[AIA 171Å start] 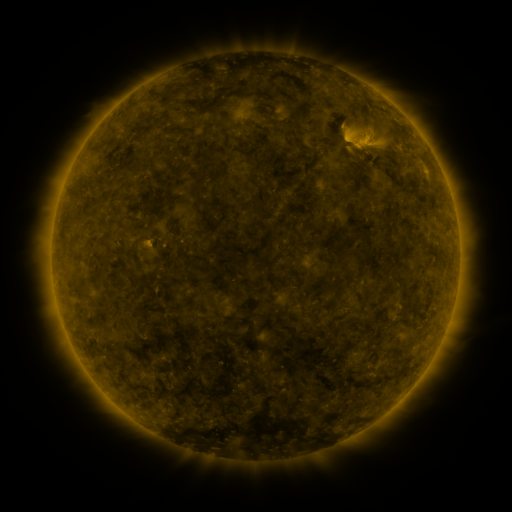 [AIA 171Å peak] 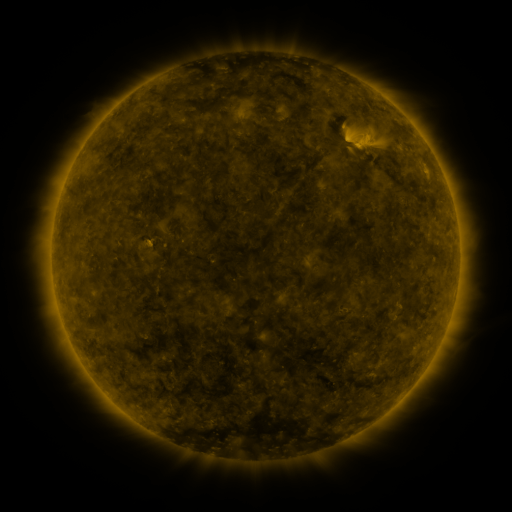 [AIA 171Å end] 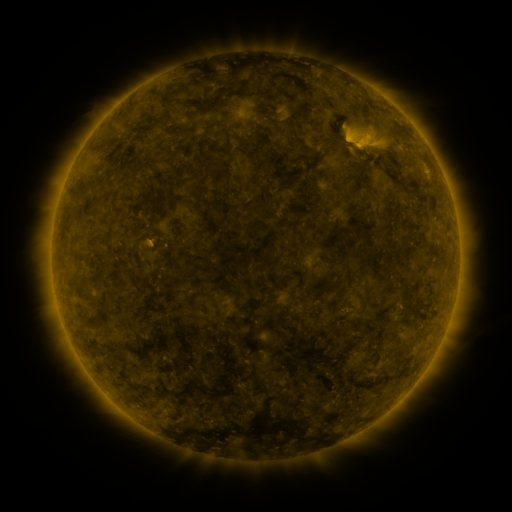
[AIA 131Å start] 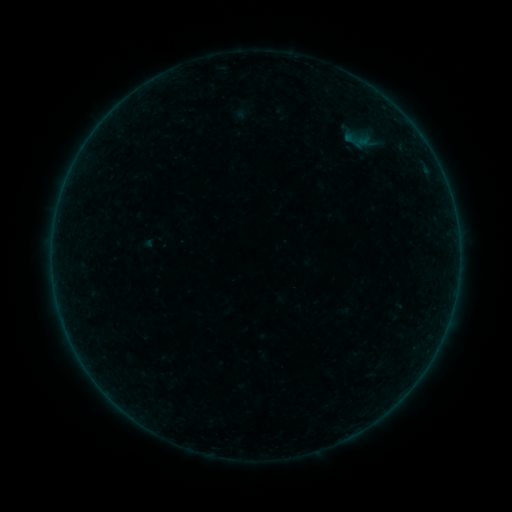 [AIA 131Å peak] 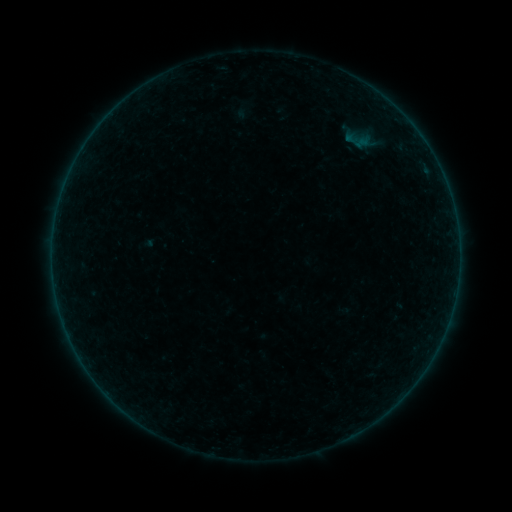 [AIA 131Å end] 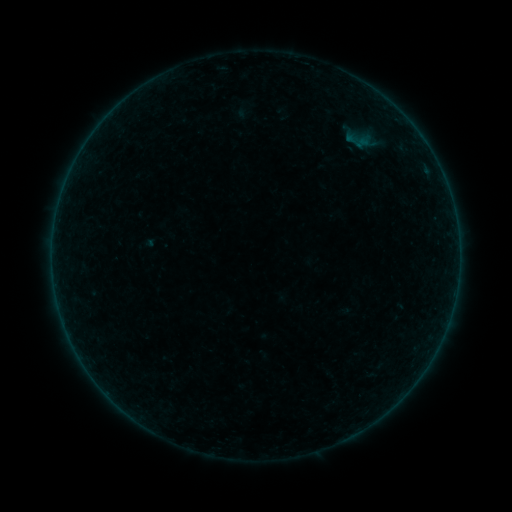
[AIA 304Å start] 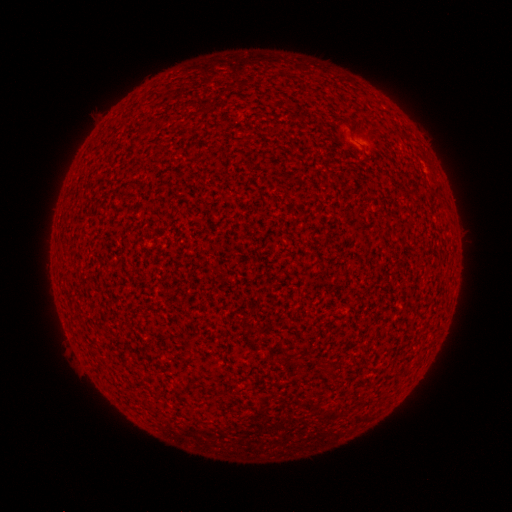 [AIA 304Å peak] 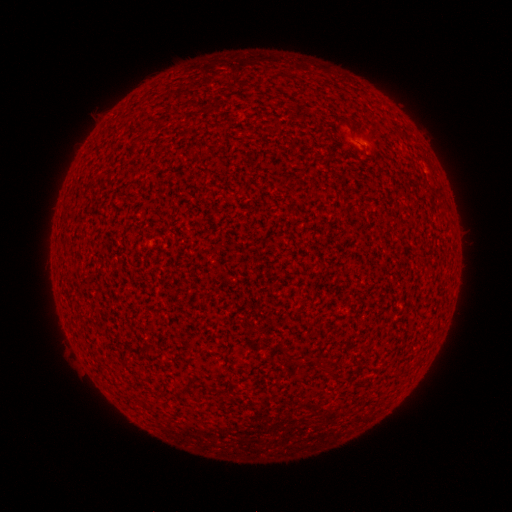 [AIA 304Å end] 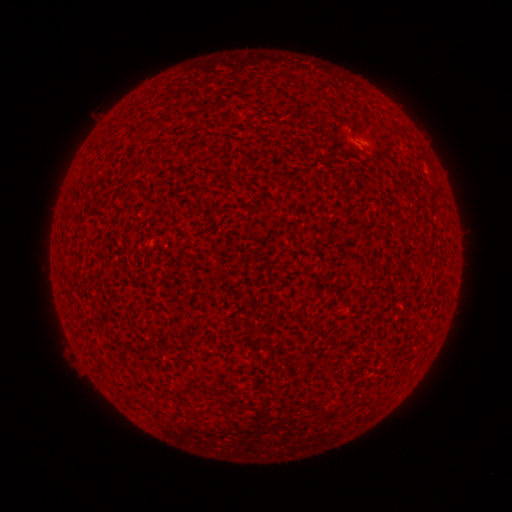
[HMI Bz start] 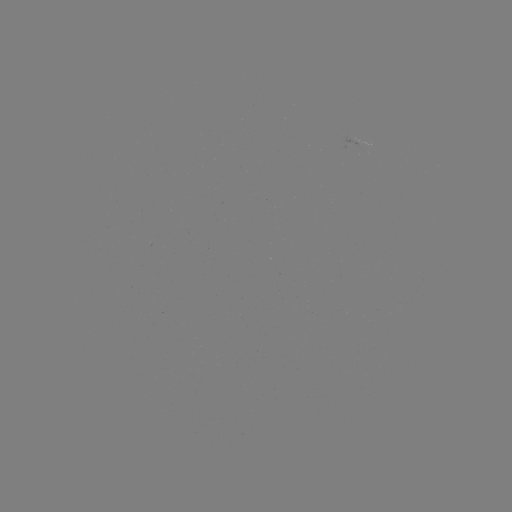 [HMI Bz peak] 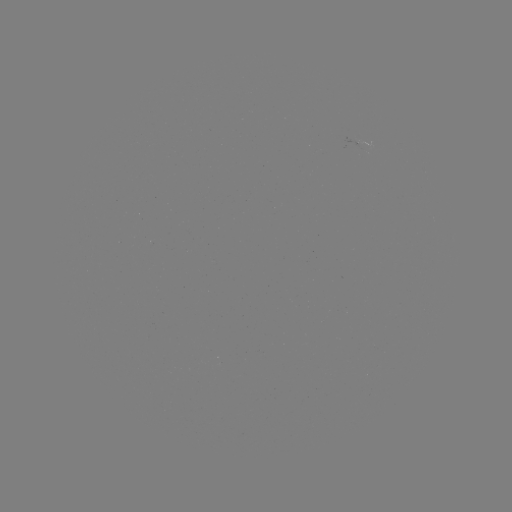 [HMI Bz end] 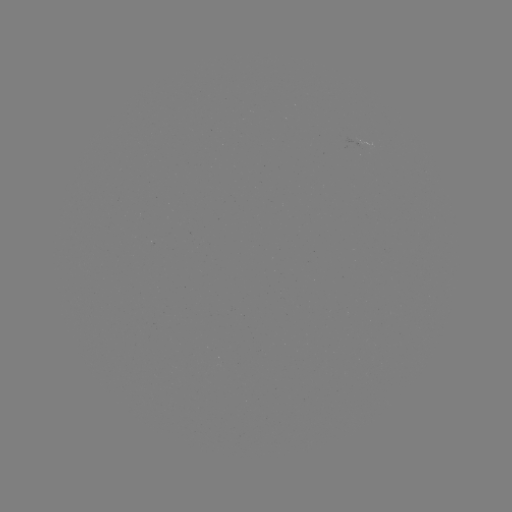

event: flare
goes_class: A1.8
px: (364, 145)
